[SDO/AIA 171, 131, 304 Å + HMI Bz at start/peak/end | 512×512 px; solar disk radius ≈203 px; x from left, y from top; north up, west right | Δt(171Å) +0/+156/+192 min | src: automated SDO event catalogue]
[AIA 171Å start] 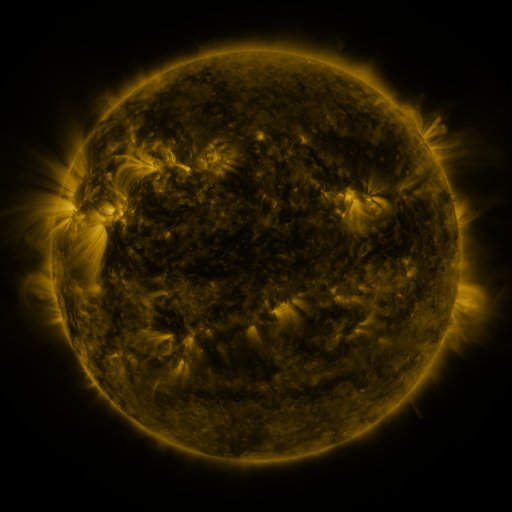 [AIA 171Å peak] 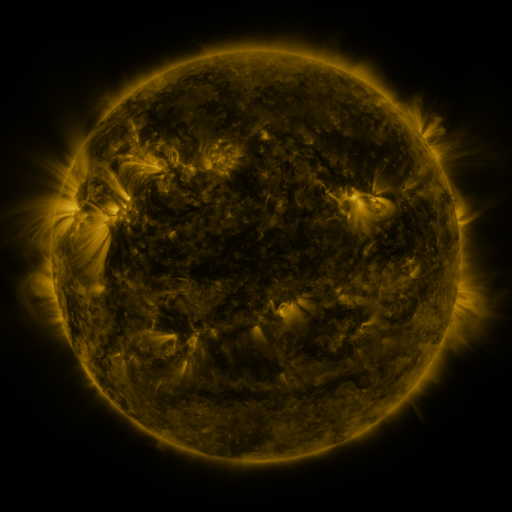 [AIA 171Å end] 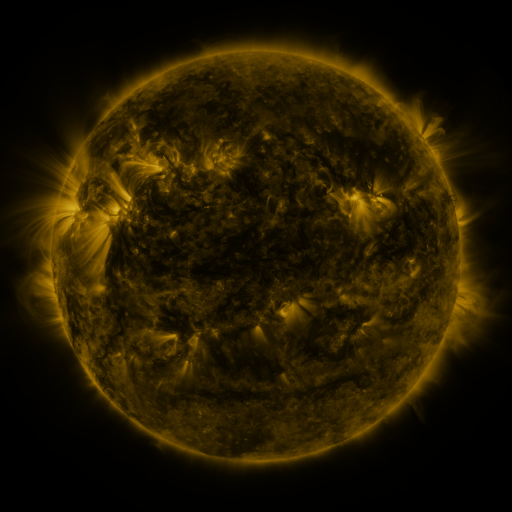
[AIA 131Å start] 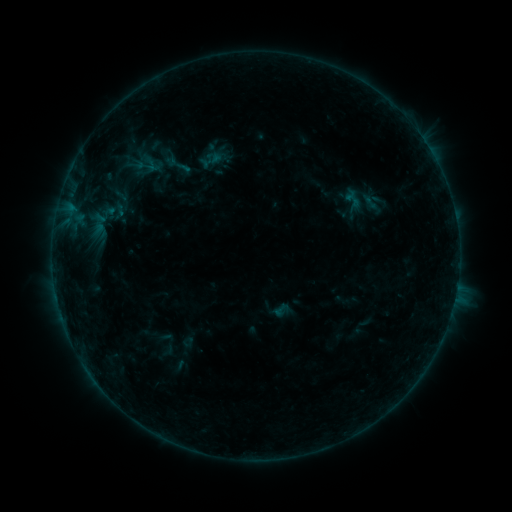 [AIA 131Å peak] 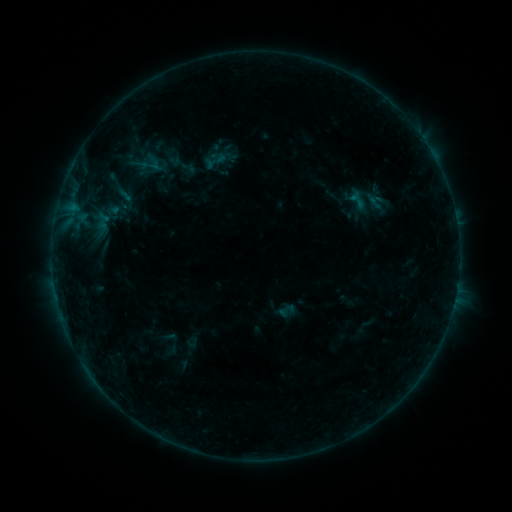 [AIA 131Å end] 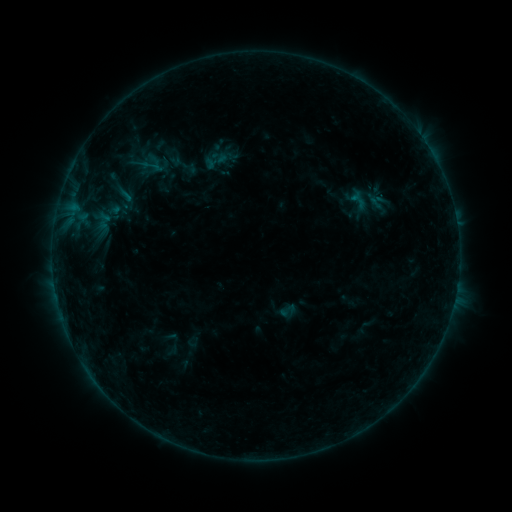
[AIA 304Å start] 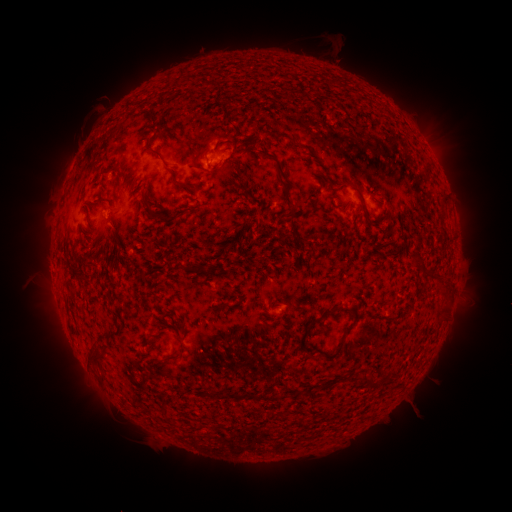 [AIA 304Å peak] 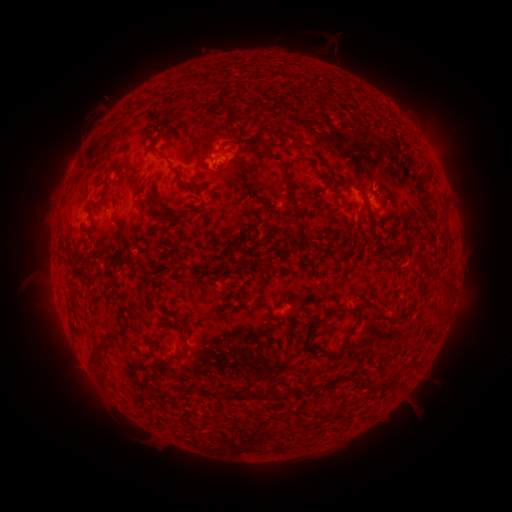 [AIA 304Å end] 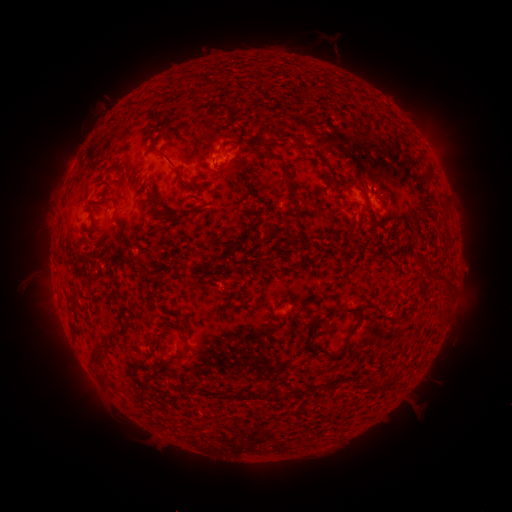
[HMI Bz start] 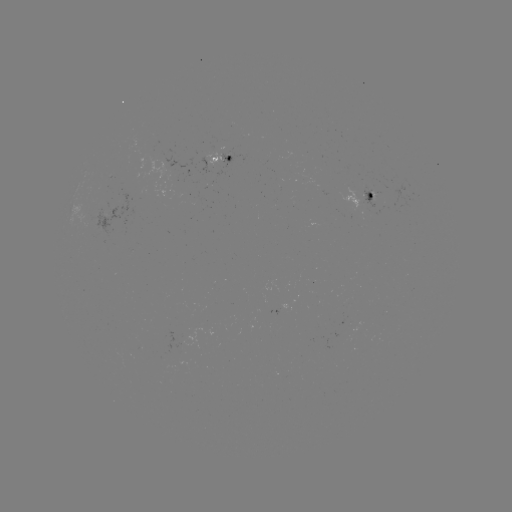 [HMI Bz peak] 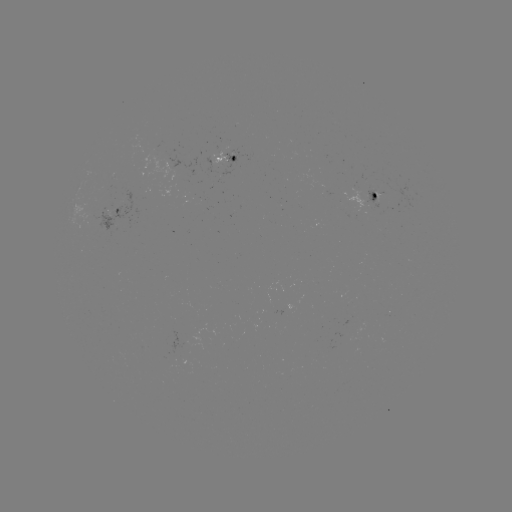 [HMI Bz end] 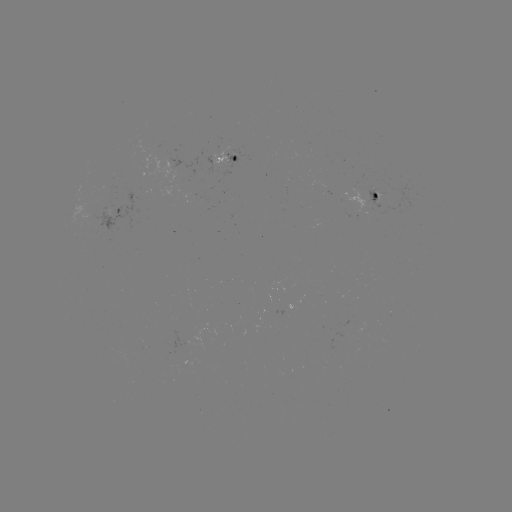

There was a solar emerging-flux region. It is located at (199, 412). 